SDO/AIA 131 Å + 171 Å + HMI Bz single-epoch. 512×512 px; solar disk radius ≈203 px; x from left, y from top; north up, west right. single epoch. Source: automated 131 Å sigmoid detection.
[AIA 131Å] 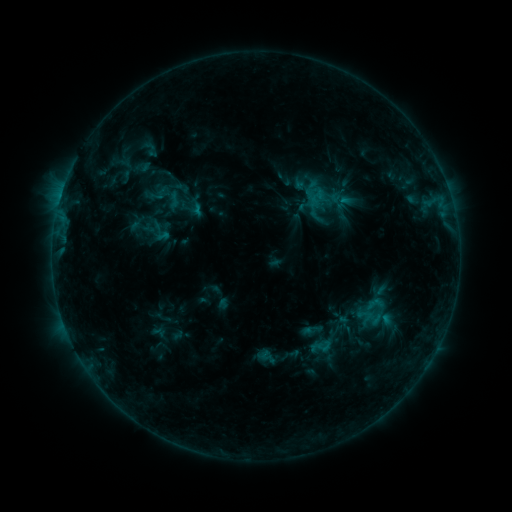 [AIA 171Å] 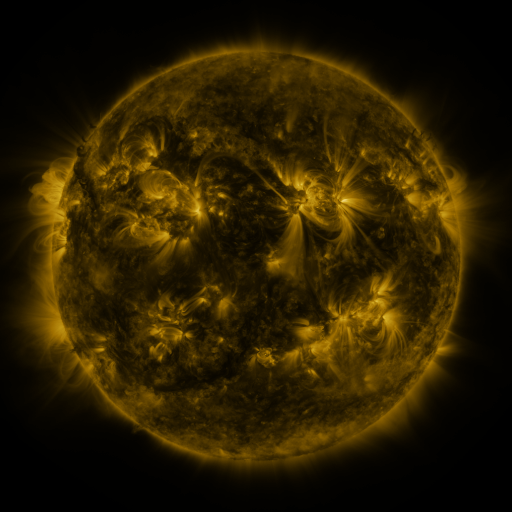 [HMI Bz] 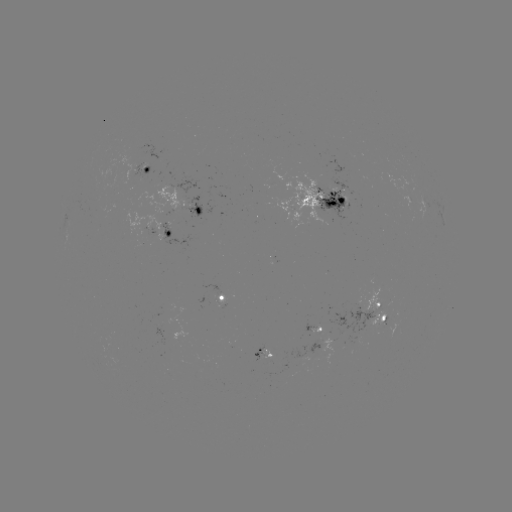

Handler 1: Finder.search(sigmoid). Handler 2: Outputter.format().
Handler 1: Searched sigmoid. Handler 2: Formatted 173,200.